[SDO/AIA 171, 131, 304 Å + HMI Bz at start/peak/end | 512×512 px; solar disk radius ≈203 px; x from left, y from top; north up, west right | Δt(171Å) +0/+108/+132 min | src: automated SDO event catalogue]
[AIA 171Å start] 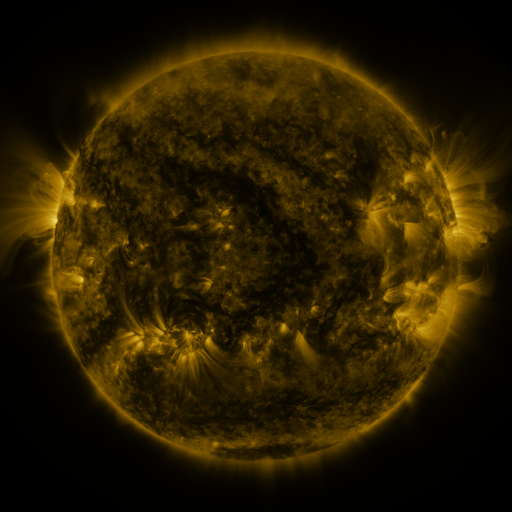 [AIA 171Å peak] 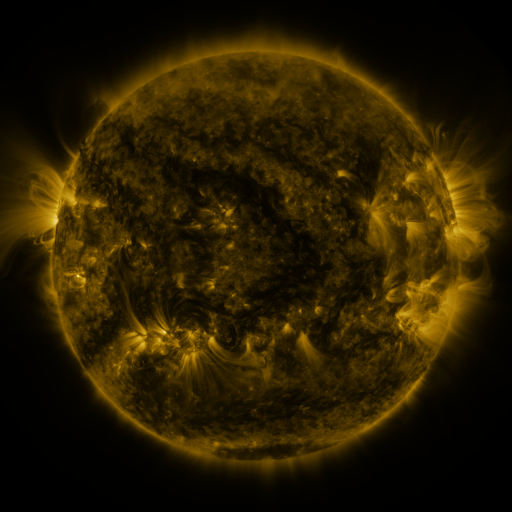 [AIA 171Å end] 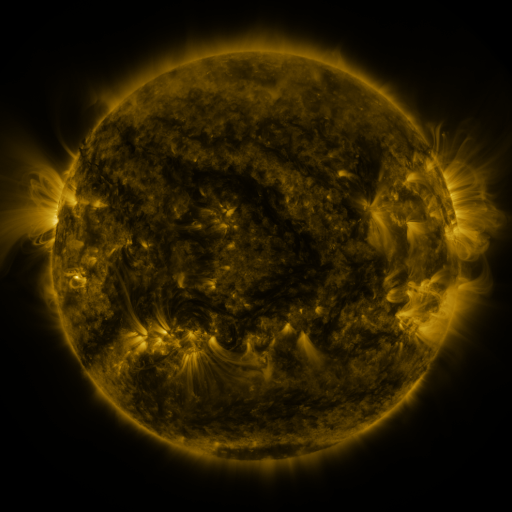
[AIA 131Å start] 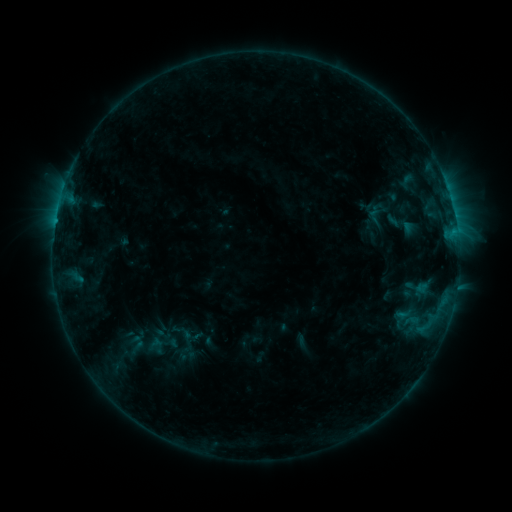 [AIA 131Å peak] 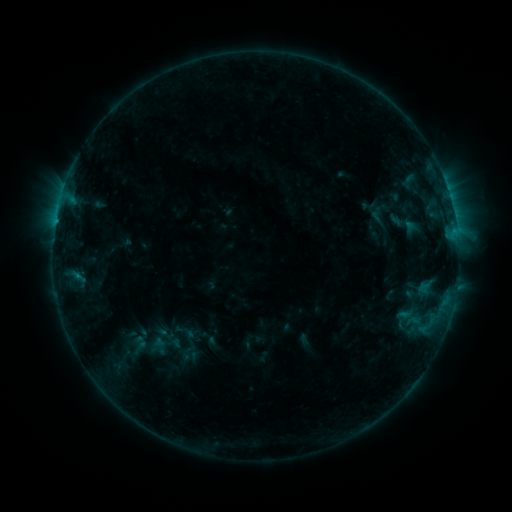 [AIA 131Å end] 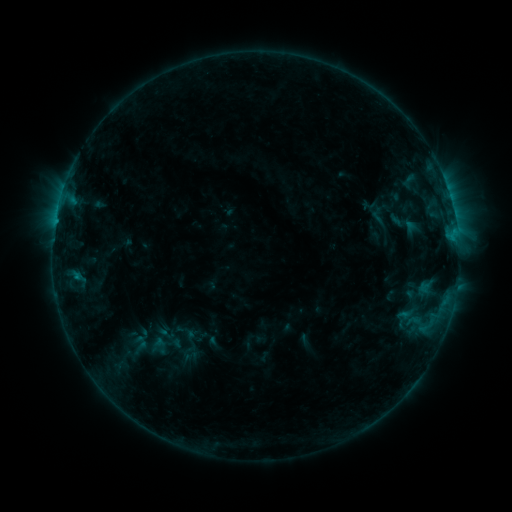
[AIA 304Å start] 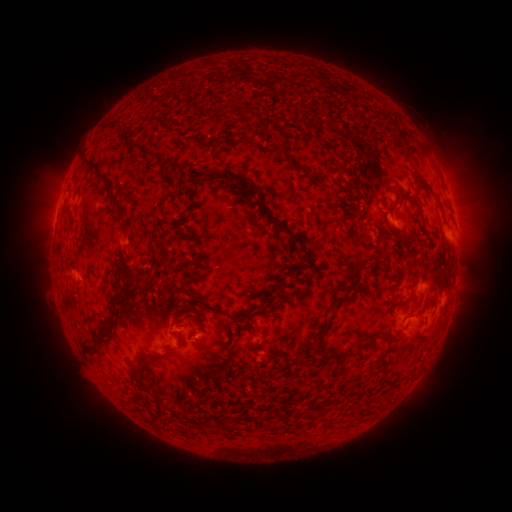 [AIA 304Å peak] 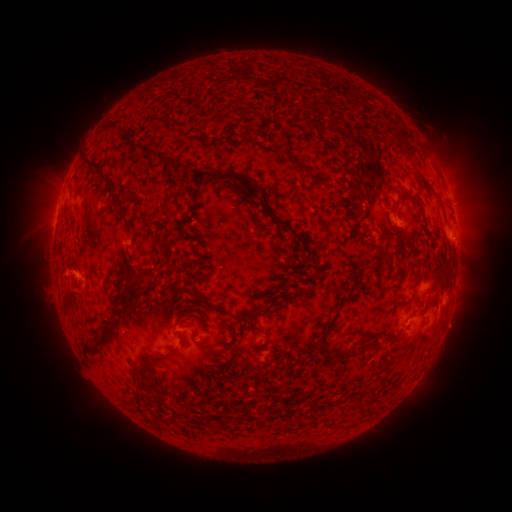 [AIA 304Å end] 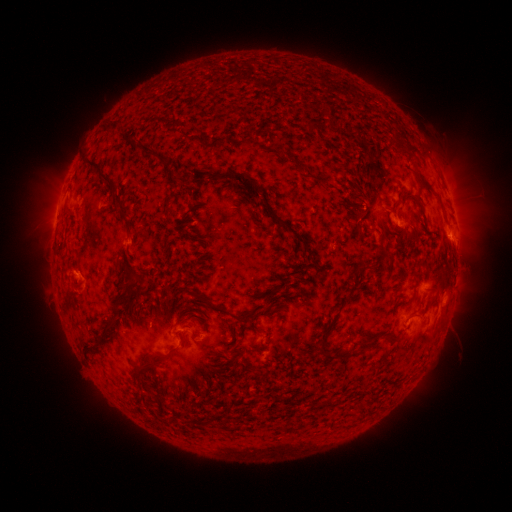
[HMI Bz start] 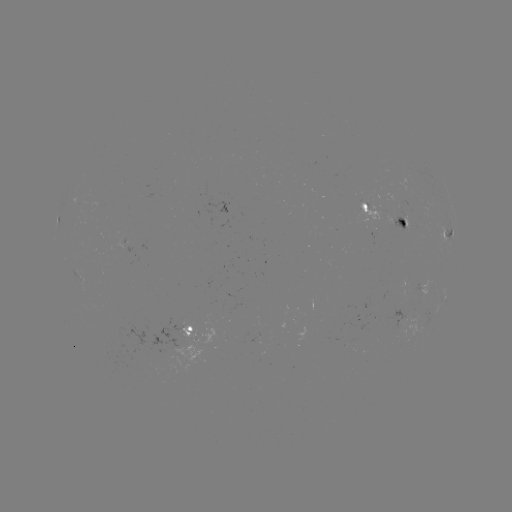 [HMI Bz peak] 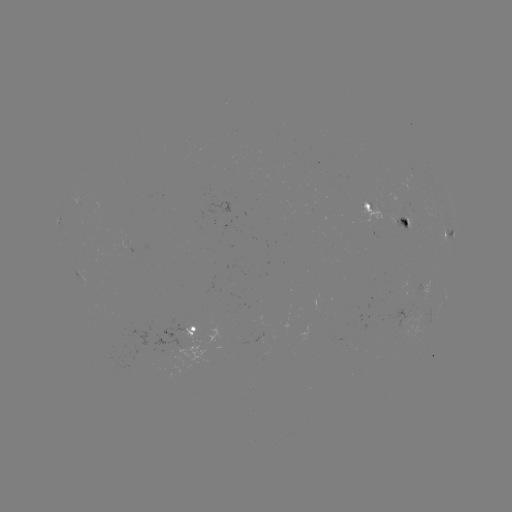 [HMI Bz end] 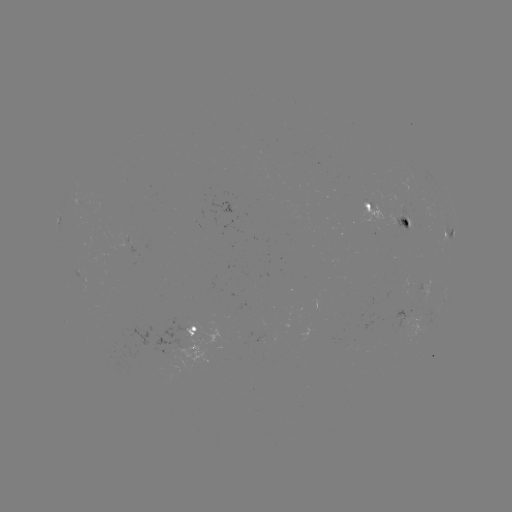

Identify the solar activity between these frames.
emerging-flux region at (405, 226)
